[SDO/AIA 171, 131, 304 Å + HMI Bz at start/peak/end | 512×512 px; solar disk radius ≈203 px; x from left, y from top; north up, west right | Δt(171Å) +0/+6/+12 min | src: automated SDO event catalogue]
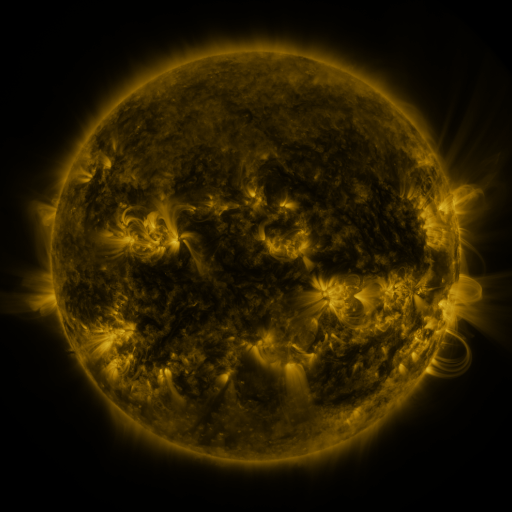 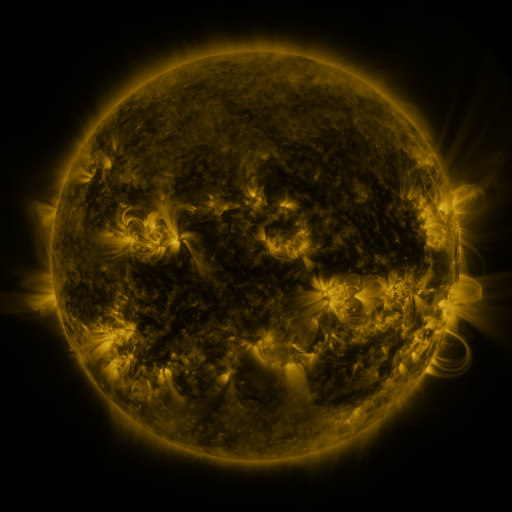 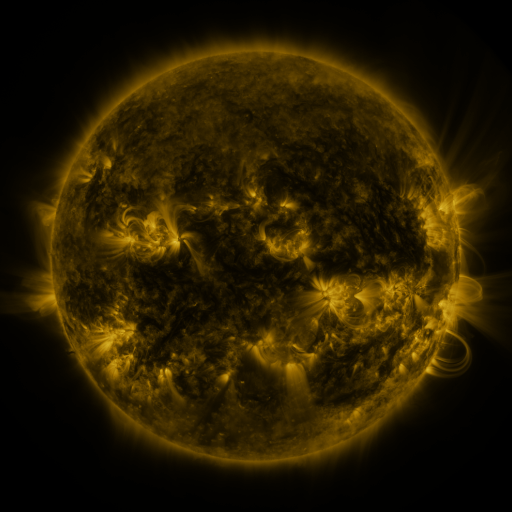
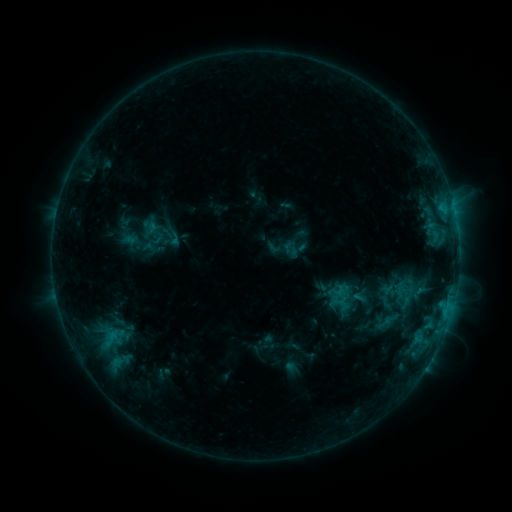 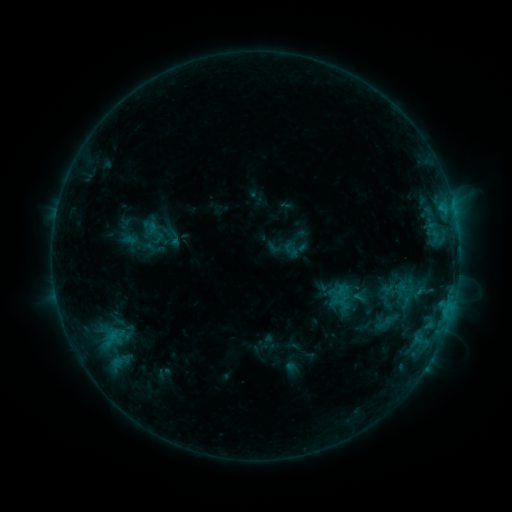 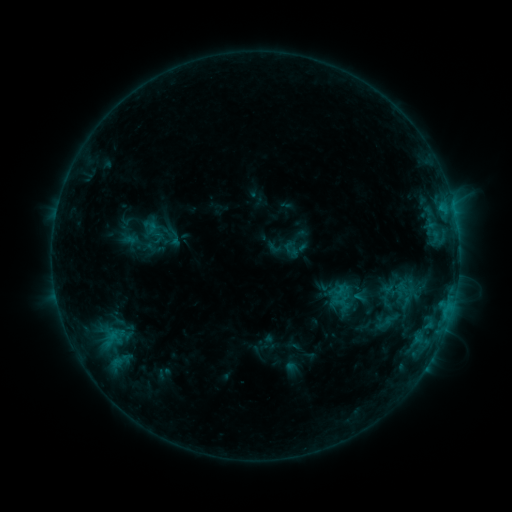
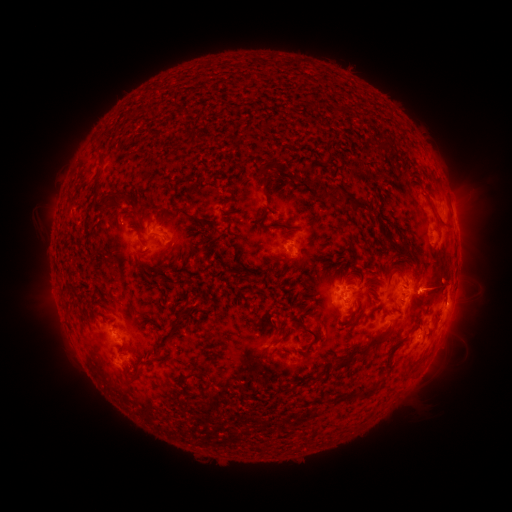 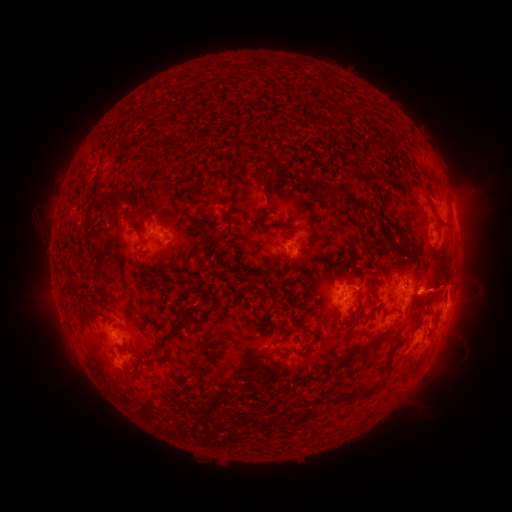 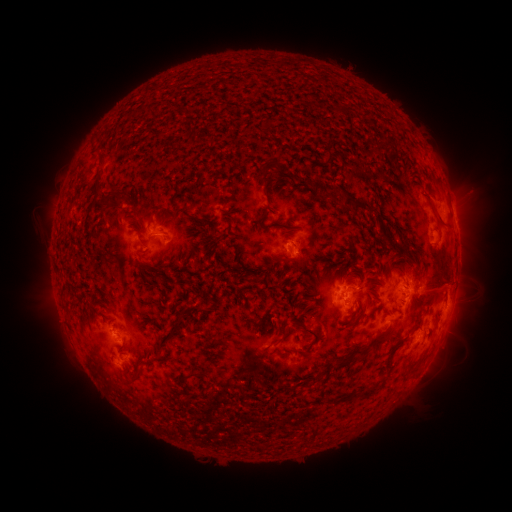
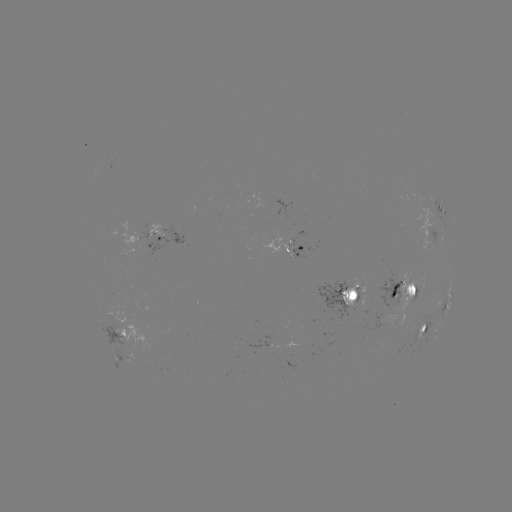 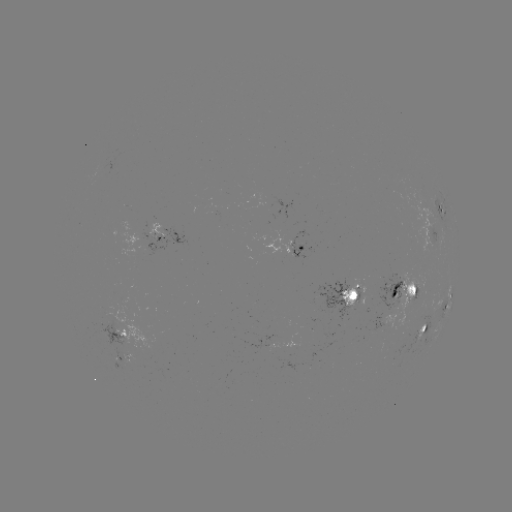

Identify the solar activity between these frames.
eruption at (439, 283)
